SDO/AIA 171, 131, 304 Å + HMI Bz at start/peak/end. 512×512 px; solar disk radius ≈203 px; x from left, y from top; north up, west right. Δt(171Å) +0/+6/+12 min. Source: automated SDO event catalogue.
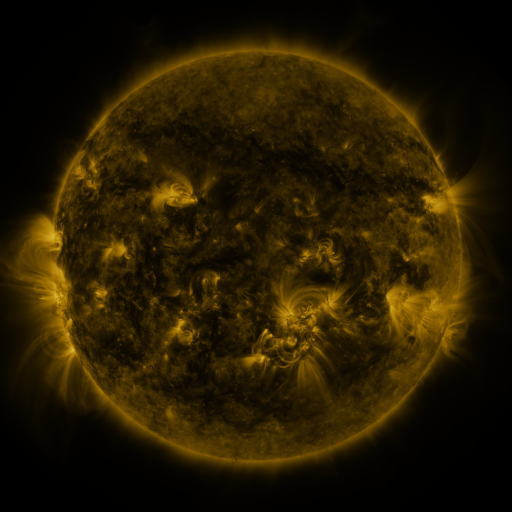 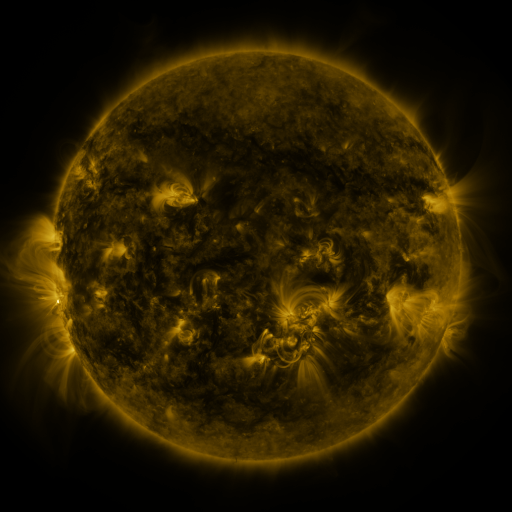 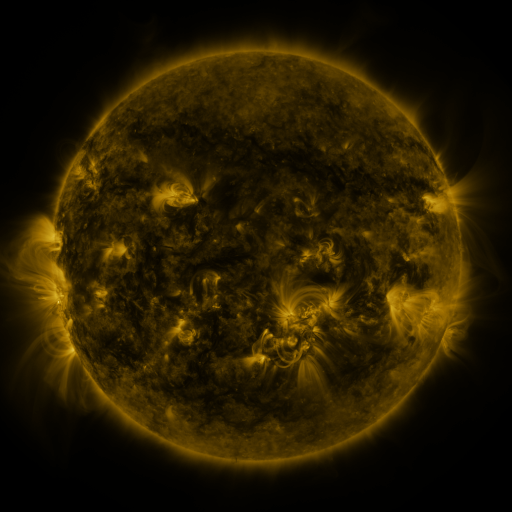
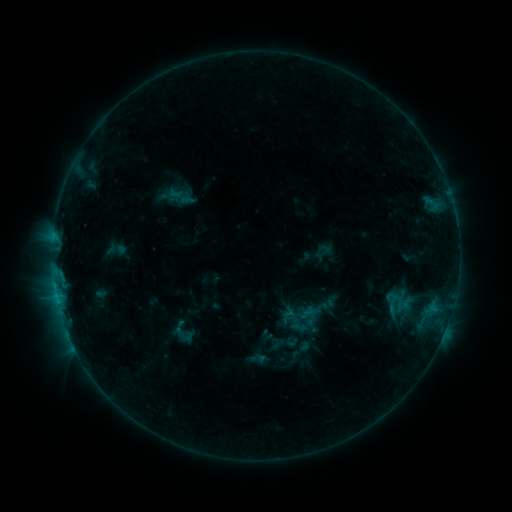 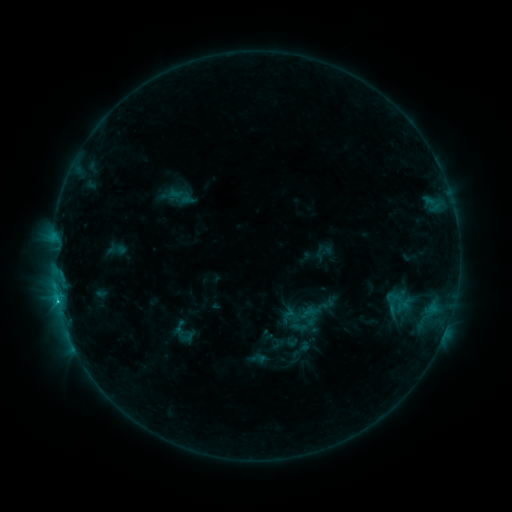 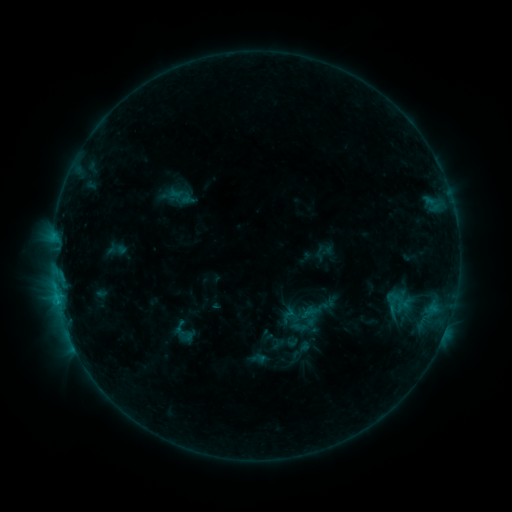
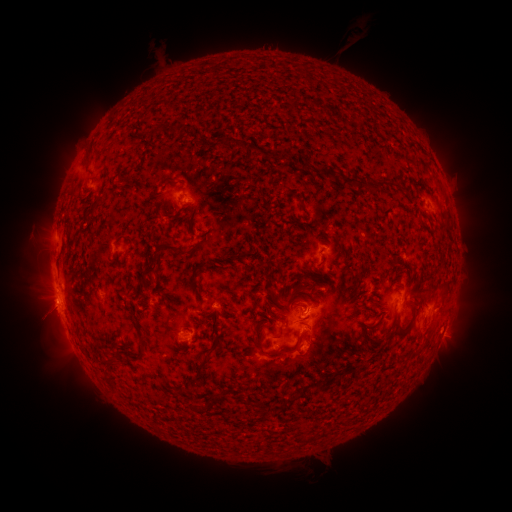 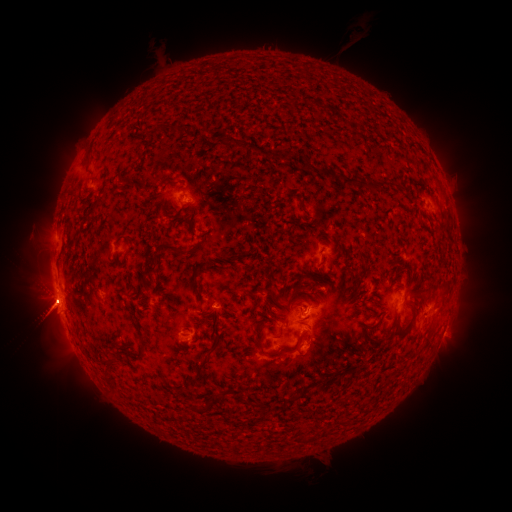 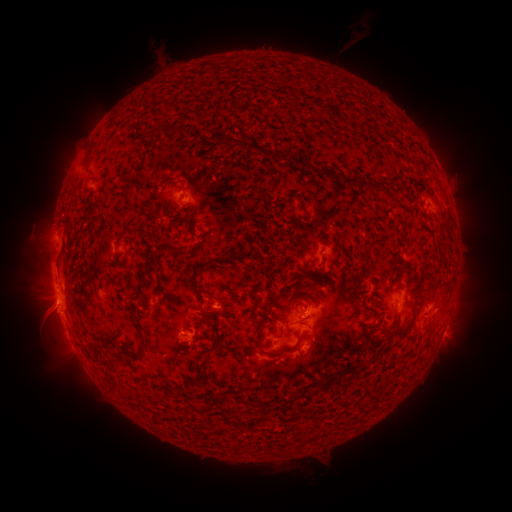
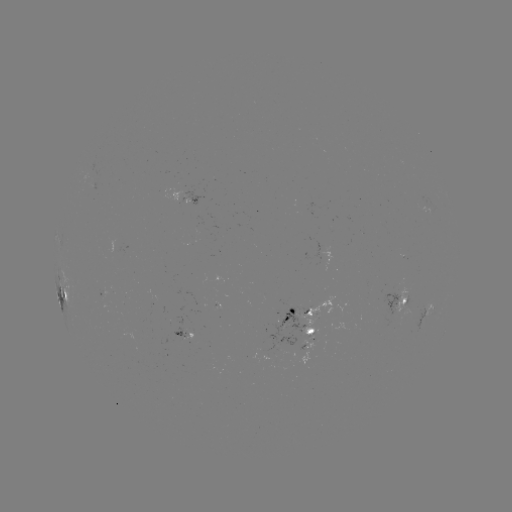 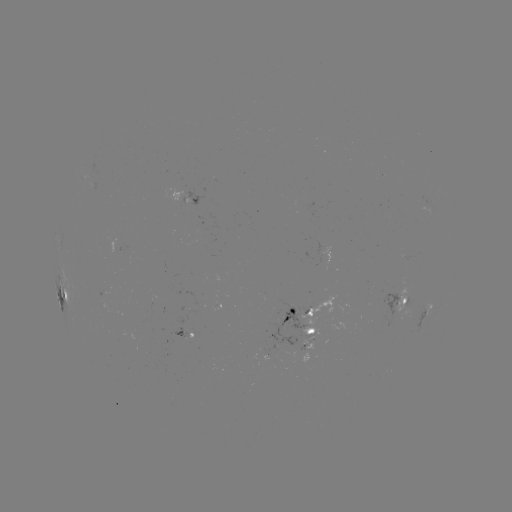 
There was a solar flare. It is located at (57, 298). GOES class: C1.1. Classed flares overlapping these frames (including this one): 1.